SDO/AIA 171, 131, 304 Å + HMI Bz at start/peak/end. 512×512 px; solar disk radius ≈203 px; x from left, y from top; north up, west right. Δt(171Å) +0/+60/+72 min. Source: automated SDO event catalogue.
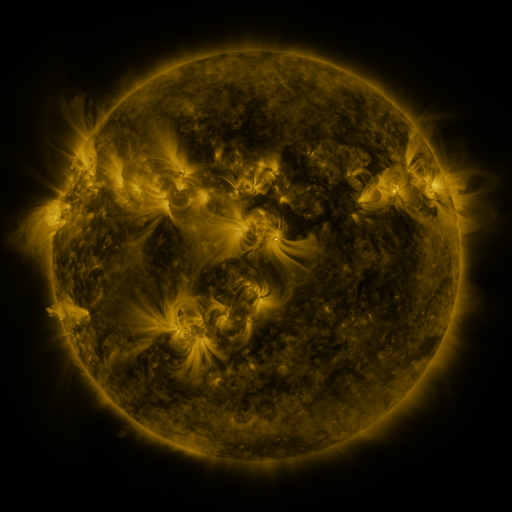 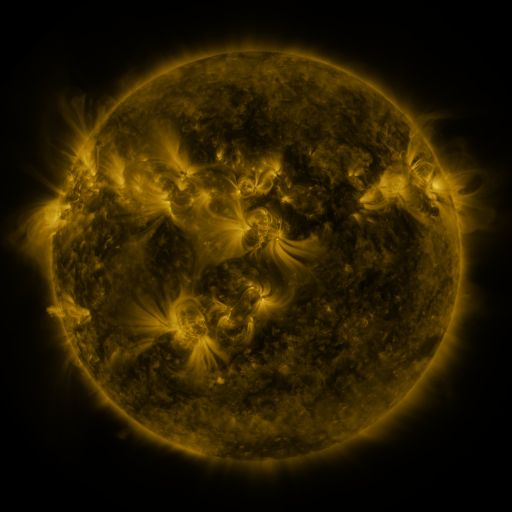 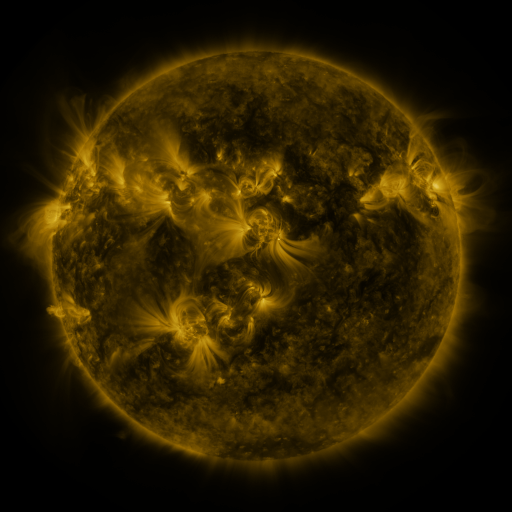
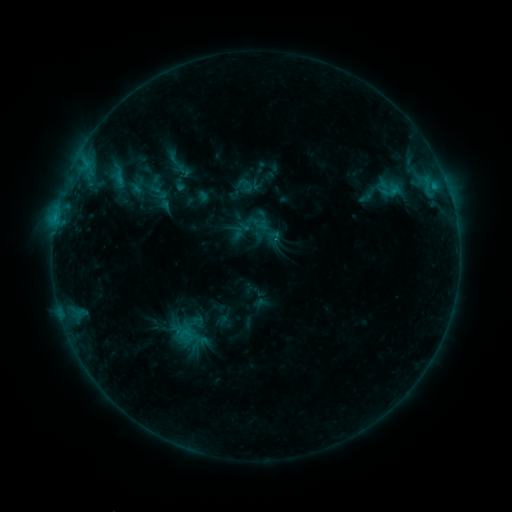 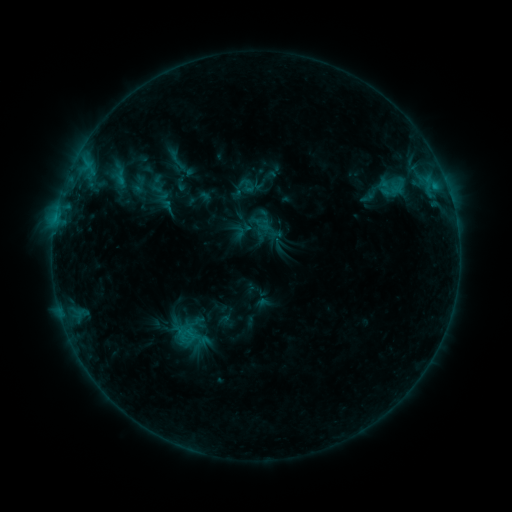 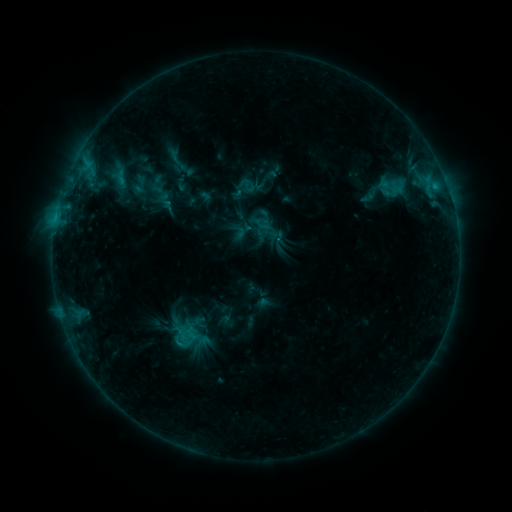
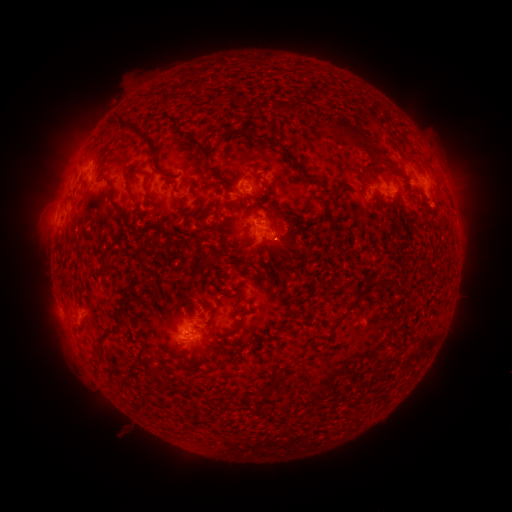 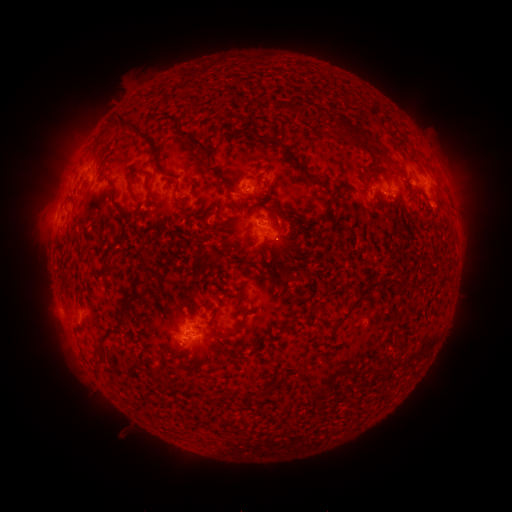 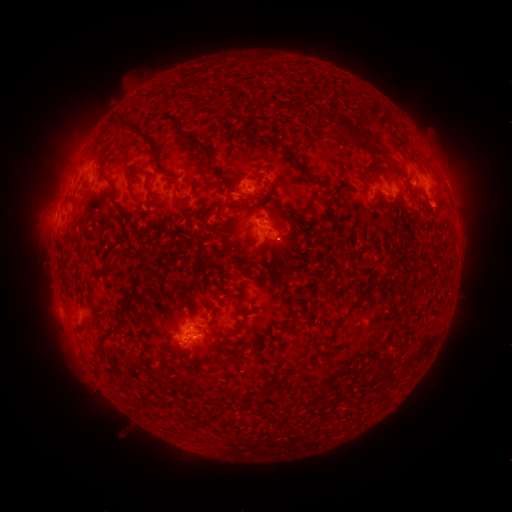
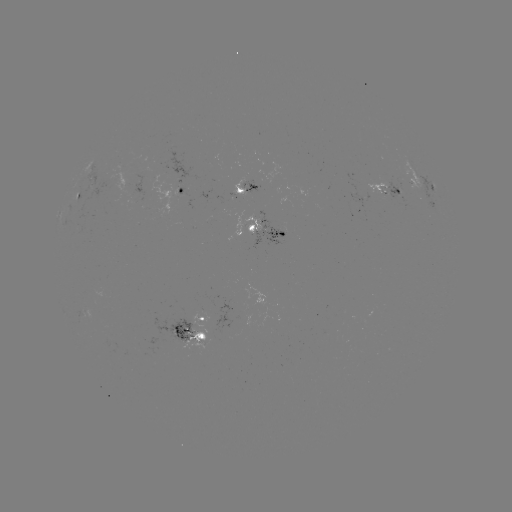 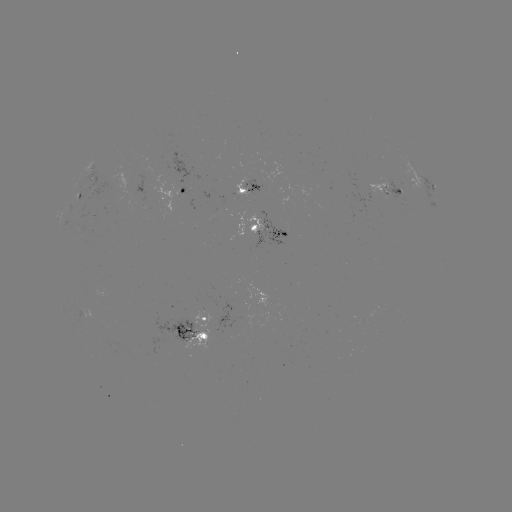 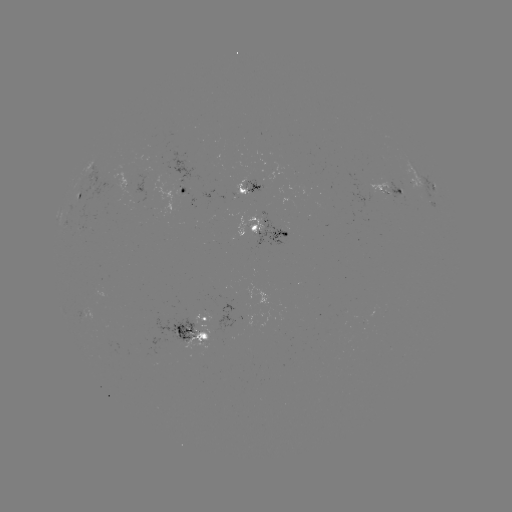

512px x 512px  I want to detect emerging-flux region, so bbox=[88, 180, 120, 201].